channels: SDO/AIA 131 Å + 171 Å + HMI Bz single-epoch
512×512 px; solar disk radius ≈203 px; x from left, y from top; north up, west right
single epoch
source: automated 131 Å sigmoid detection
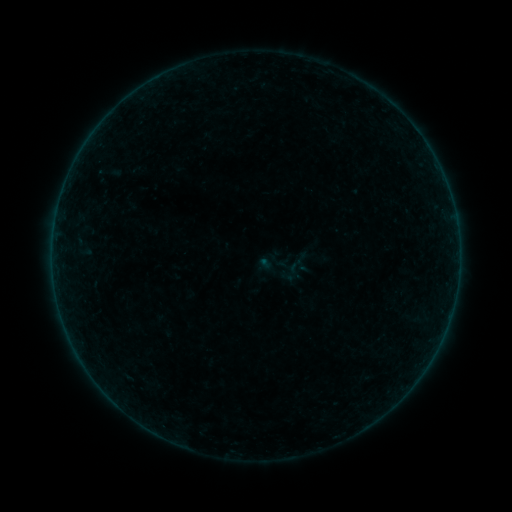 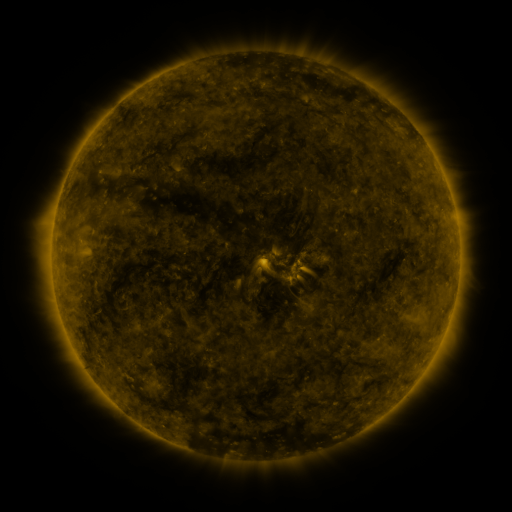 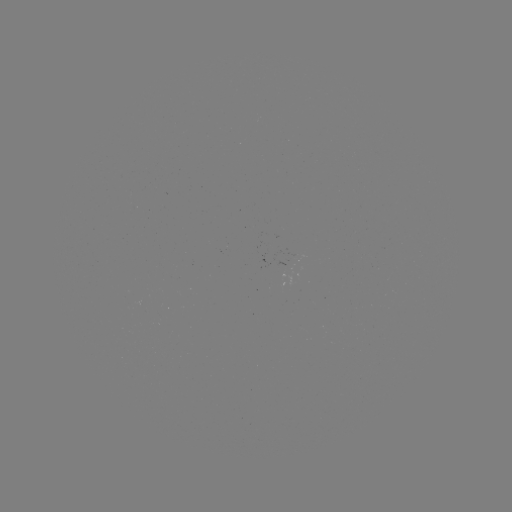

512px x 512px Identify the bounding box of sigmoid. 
[285, 257, 304, 276].